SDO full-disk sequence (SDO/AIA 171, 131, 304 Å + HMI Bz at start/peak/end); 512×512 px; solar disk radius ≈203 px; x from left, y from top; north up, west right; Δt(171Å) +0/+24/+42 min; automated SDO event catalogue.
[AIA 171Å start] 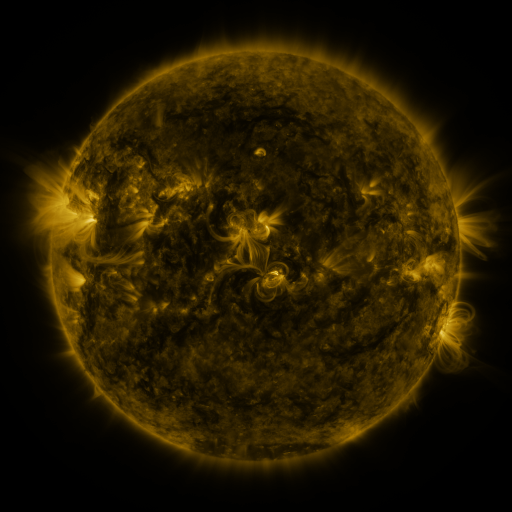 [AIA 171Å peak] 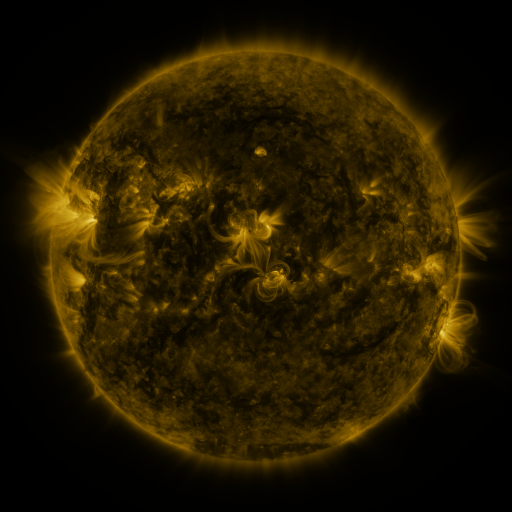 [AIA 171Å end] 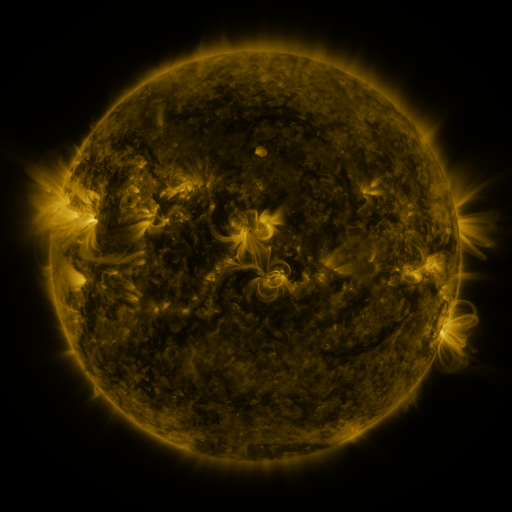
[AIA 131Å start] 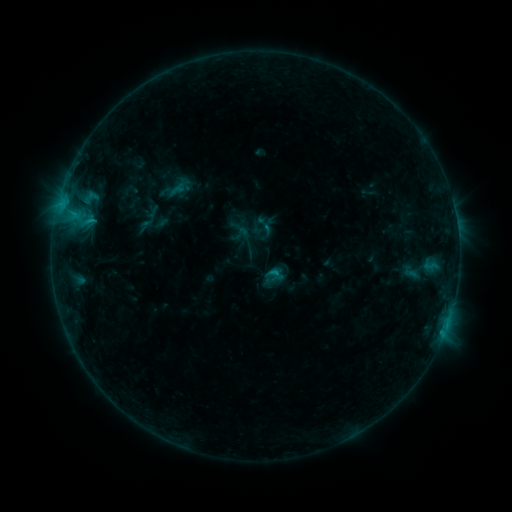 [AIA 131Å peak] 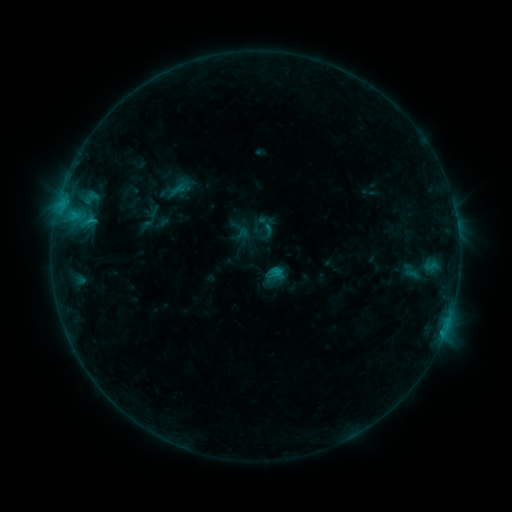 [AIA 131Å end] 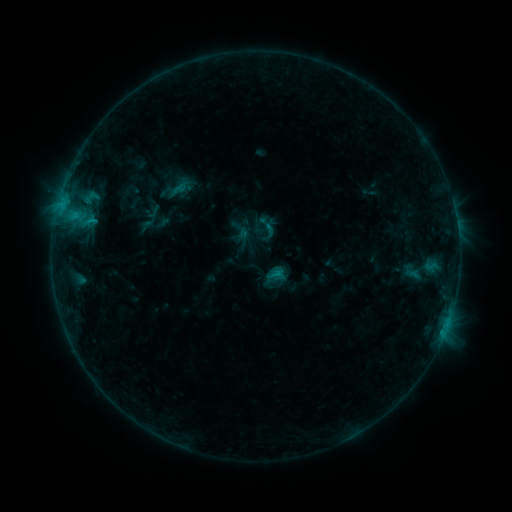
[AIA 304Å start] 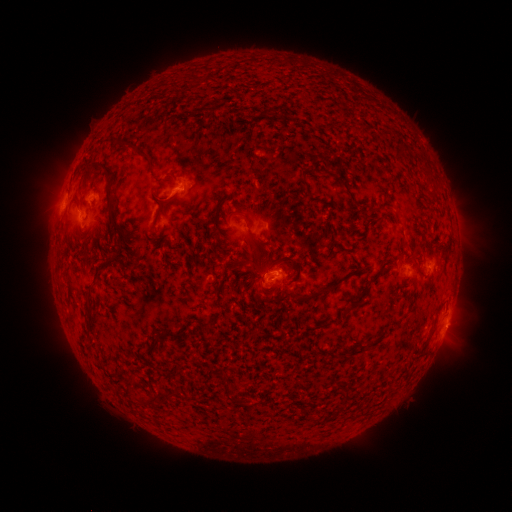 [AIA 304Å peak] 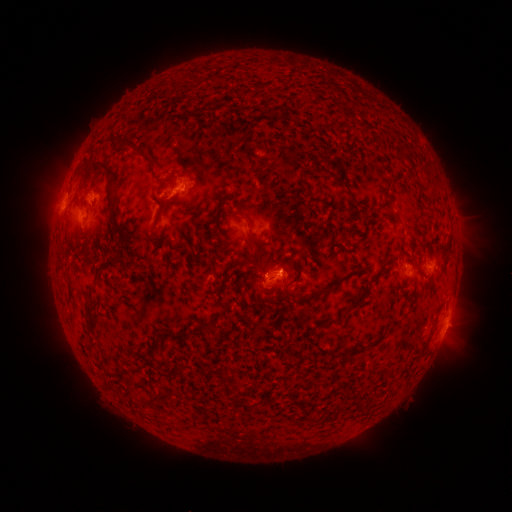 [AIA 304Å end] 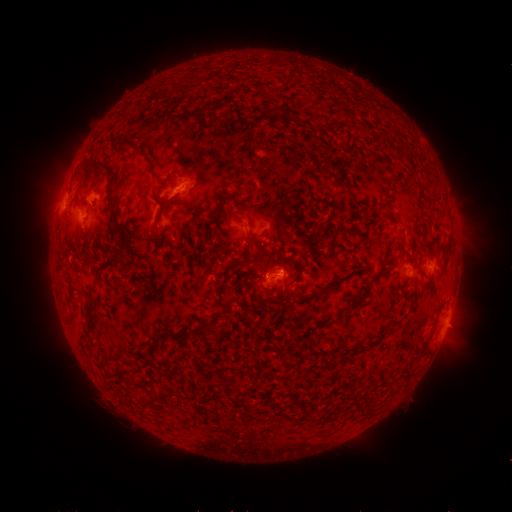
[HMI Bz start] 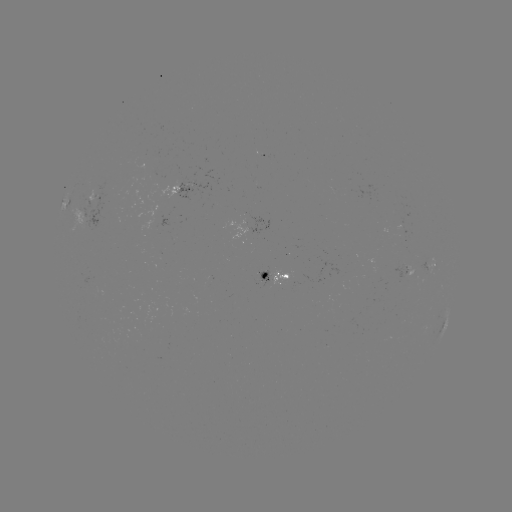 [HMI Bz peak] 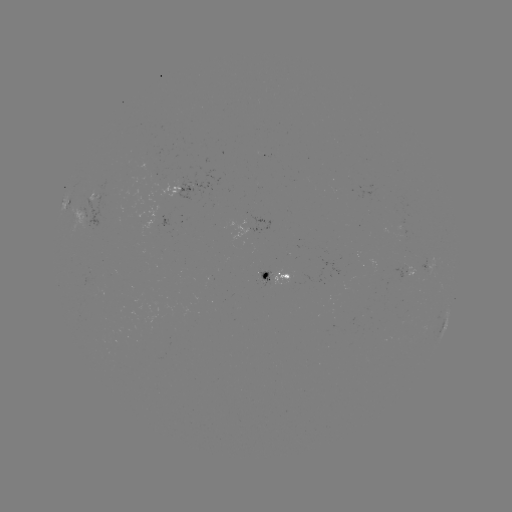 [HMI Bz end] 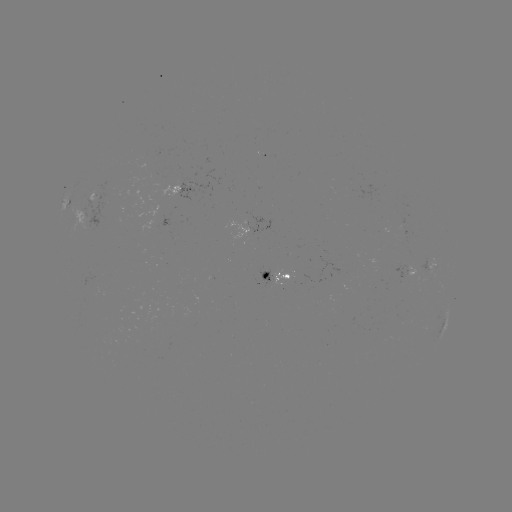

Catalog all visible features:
B8.5 flare: (276, 272)
